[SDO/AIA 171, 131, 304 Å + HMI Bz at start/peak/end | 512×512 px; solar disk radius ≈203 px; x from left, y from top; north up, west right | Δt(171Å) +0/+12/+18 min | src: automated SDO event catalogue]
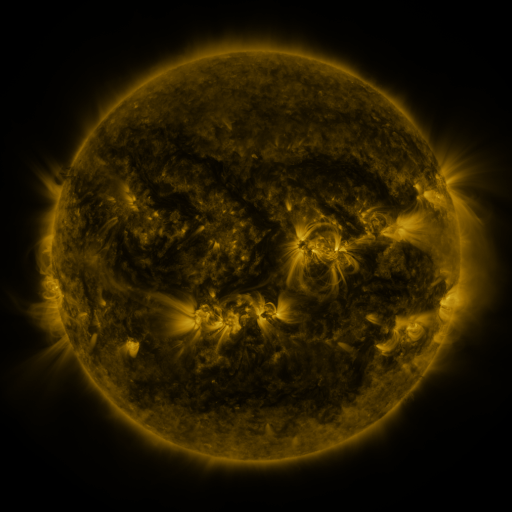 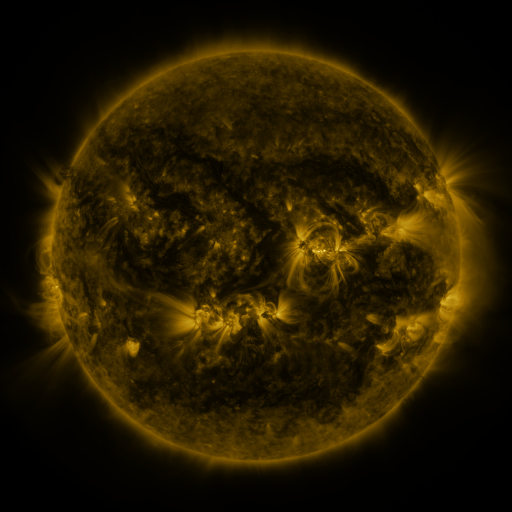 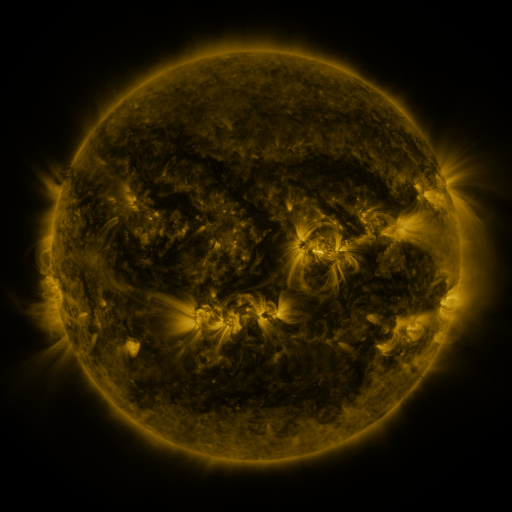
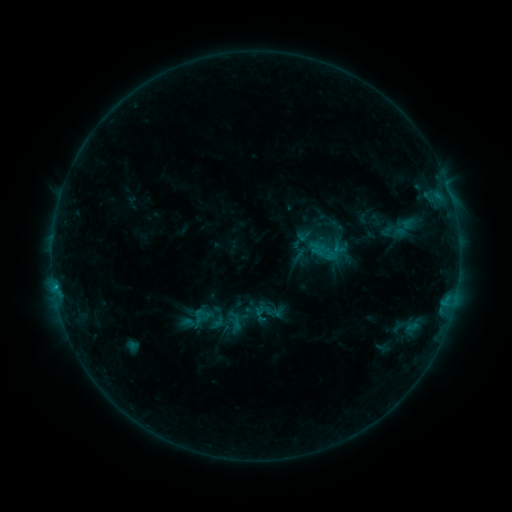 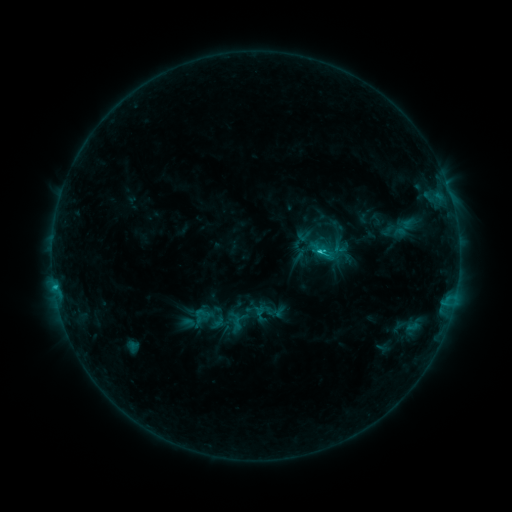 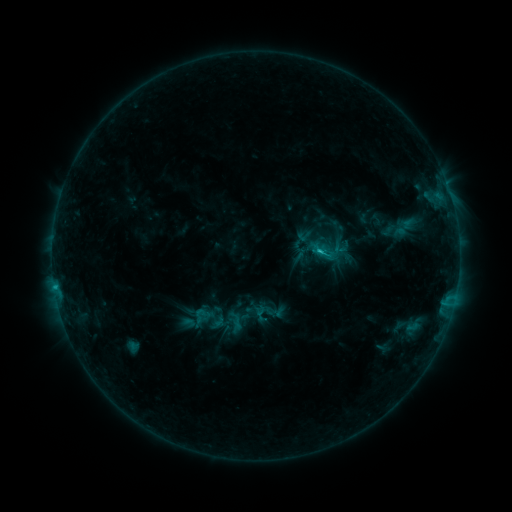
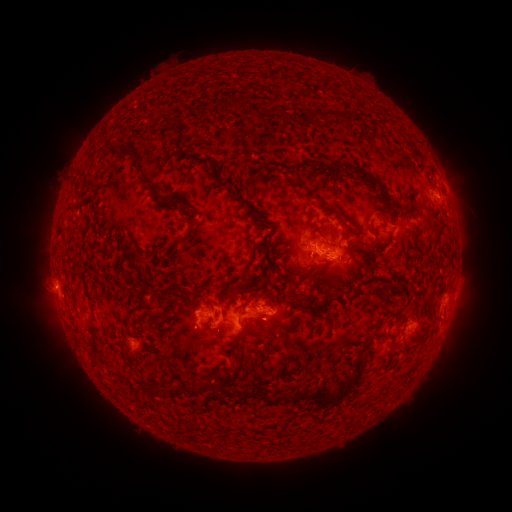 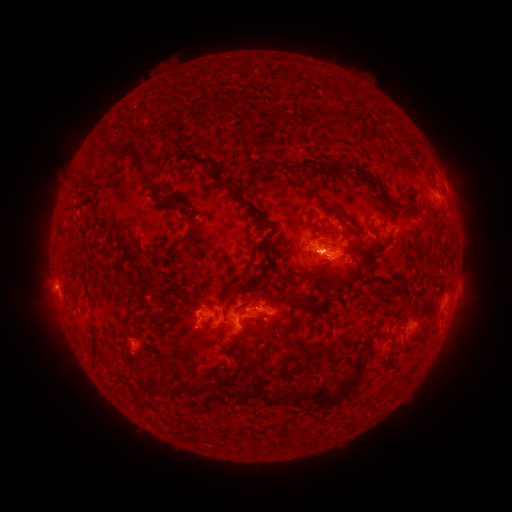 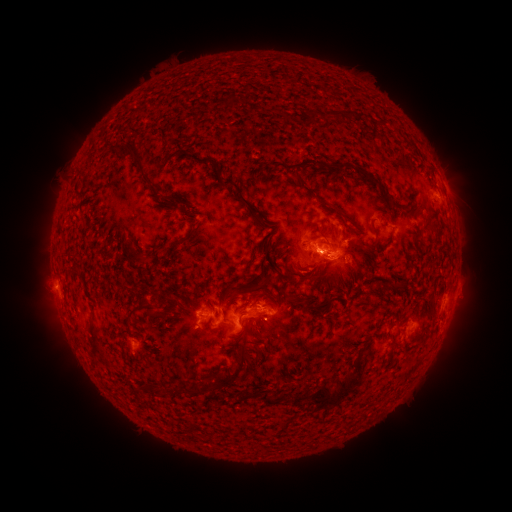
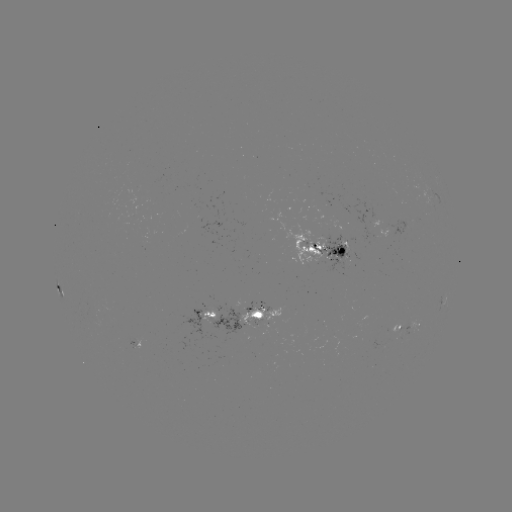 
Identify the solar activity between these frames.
C2.4 flare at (318, 251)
